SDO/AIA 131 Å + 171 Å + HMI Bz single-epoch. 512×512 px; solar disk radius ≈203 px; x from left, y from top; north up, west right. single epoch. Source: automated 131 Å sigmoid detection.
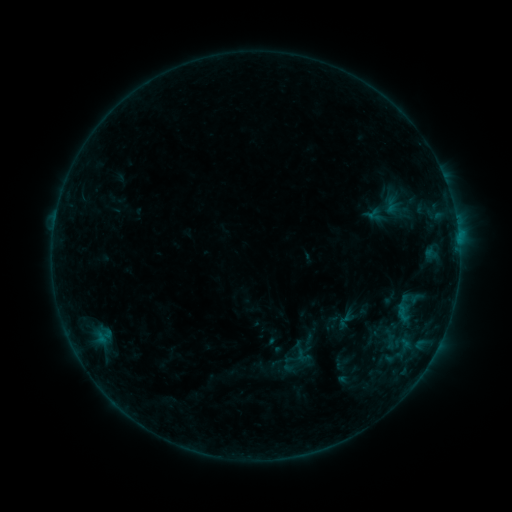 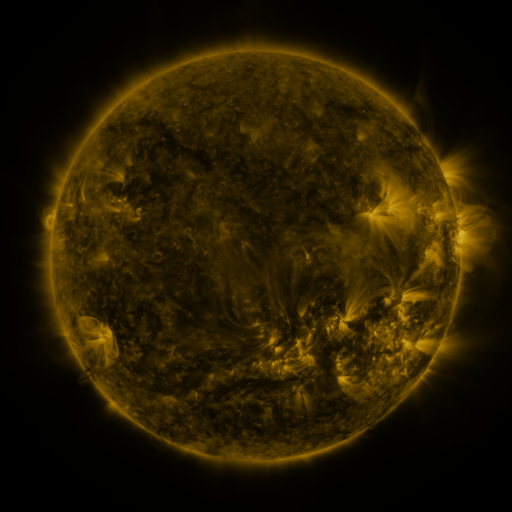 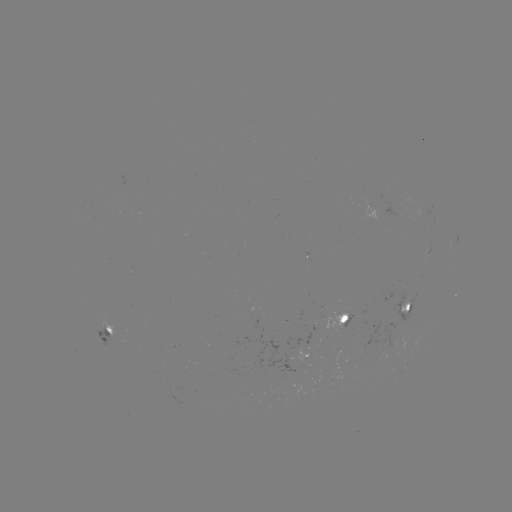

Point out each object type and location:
sigmoid: (386, 286, 430, 330)
sigmoid: (382, 333, 398, 349)
